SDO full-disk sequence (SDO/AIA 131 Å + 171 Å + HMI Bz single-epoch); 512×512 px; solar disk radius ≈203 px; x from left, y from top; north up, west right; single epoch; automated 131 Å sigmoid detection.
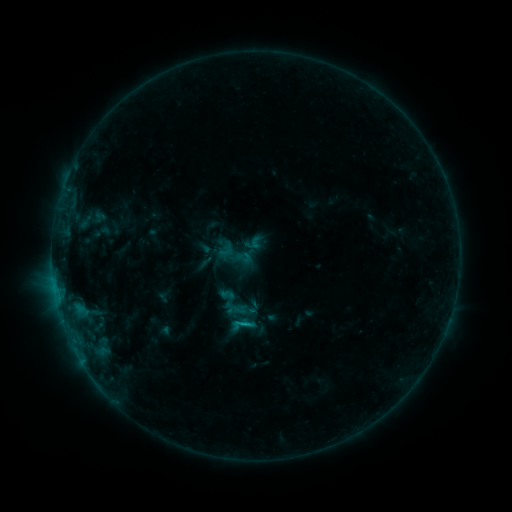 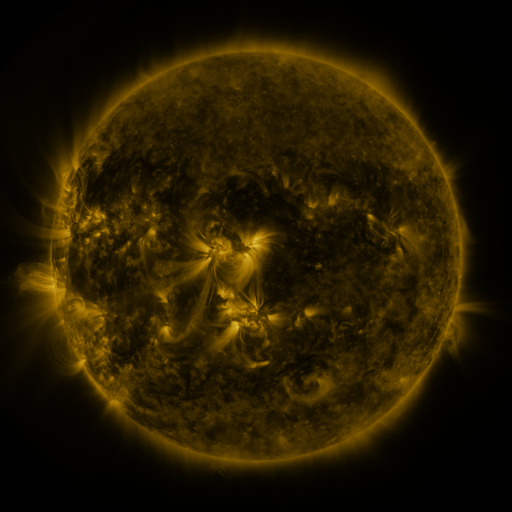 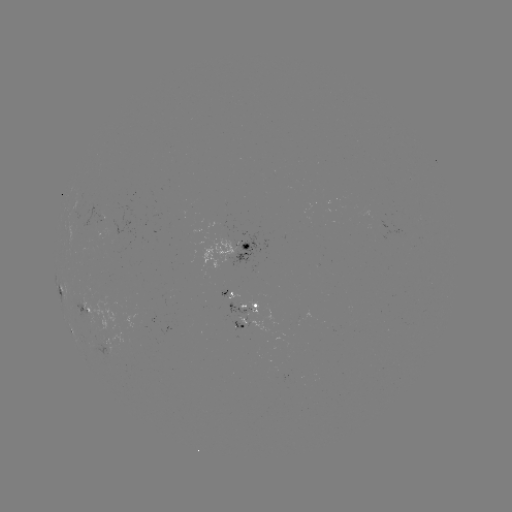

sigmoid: [226, 301, 245, 319]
